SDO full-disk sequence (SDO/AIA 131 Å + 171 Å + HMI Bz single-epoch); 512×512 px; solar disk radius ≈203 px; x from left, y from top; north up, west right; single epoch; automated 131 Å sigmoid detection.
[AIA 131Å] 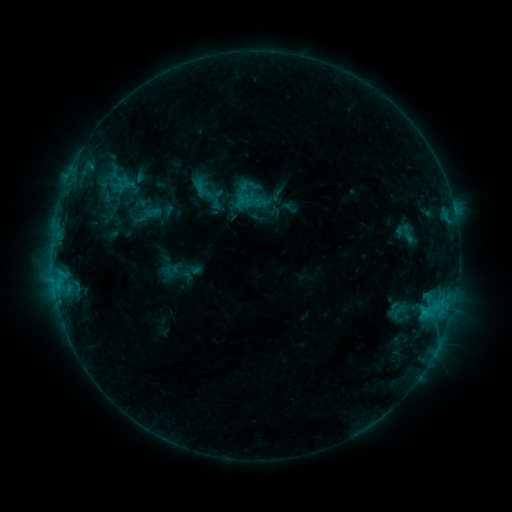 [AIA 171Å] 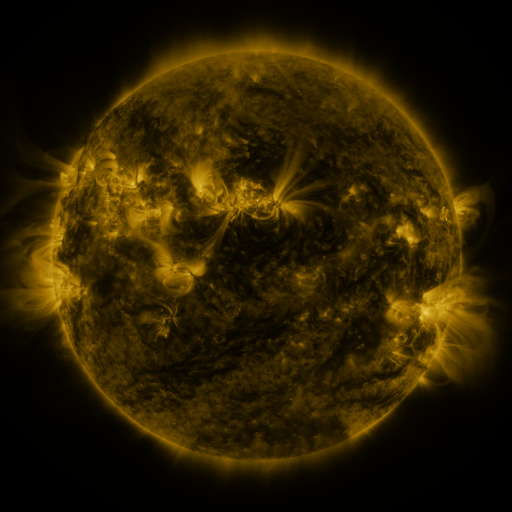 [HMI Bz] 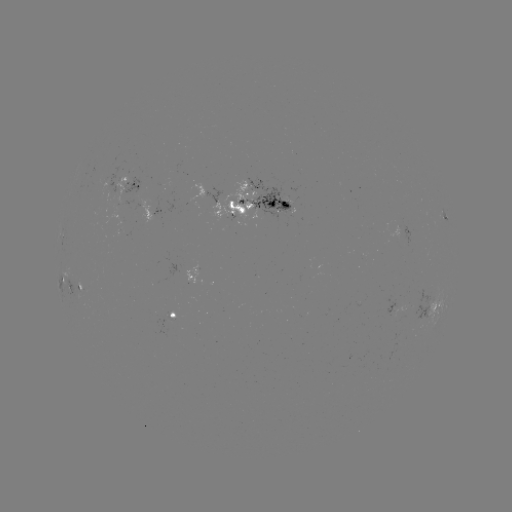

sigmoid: <bbox>208, 190, 228, 210</bbox>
